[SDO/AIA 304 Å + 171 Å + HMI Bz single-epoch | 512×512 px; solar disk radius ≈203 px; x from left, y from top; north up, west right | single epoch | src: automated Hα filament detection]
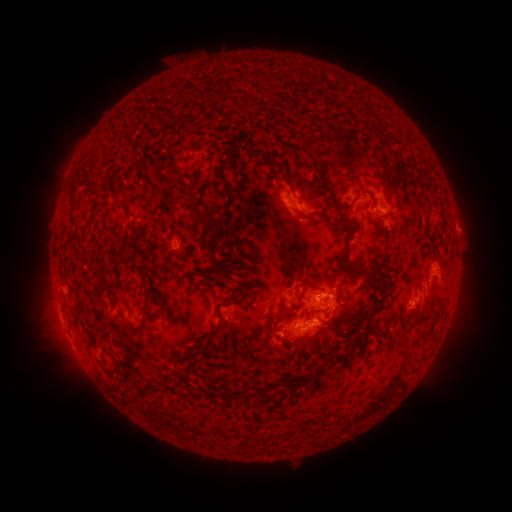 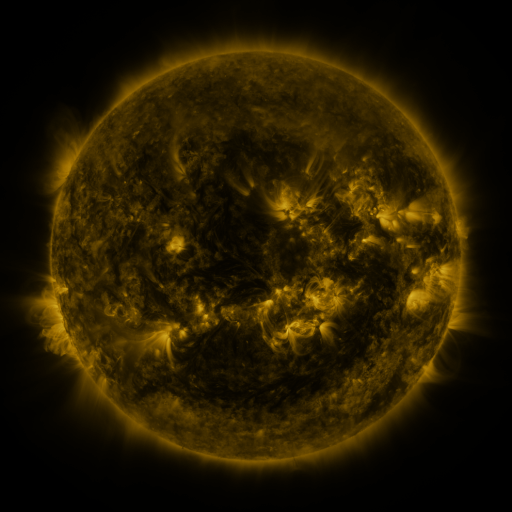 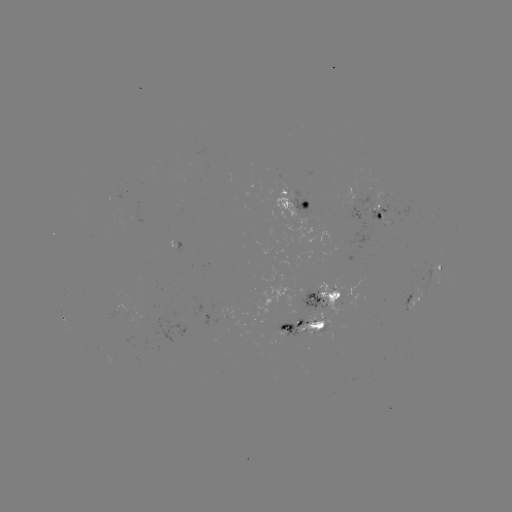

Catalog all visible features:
filament: <bbox>198, 92, 218, 102</bbox>
filament: <bbox>241, 97, 250, 106</bbox>
filament: <bbox>298, 145, 307, 154</bbox>
filament: <bbox>244, 147, 260, 157</bbox>
filament: <bbox>373, 153, 389, 188</bbox>
filament: <bbox>192, 175, 204, 195</bbox>
filament: <bbox>79, 179, 101, 200</bbox>
filament: <bbox>220, 183, 228, 198</bbox>
filament: <bbox>362, 185, 374, 198</bbox>
filament: <bbox>153, 189, 161, 197</bbox>
filament: <bbox>301, 190, 314, 201</bbox>
filament: <bbox>307, 196, 338, 216</bbox>
filament: <bbox>110, 206, 133, 220</bbox>
filament: <bbox>193, 206, 217, 227</bbox>
filament: <bbox>335, 216, 391, 313</bbox>
filament: <bbox>71, 250, 86, 266</bbox>
filament: <bbox>212, 272, 228, 284</bbox>
filament: <bbox>301, 278, 320, 290</bbox>
filament: <bbox>236, 286, 253, 302</bbox>
filament: <bbox>216, 305, 223, 321</bbox>
filament: <bbox>273, 309, 297, 330</bbox>
filament: <bbox>118, 319, 144, 335</bbox>
filament: <bbox>364, 320, 373, 337</bbox>
filament: <bbox>316, 331, 326, 348</bbox>
filament: <bbox>288, 332, 311, 345</bbox>
filament: <bbox>201, 335, 213, 357</bbox>
filament: <bbox>345, 337, 357, 347</bbox>
filament: <bbox>286, 378, 295, 387</bbox>
filament: <bbox>139, 388, 149, 398</bbox>
